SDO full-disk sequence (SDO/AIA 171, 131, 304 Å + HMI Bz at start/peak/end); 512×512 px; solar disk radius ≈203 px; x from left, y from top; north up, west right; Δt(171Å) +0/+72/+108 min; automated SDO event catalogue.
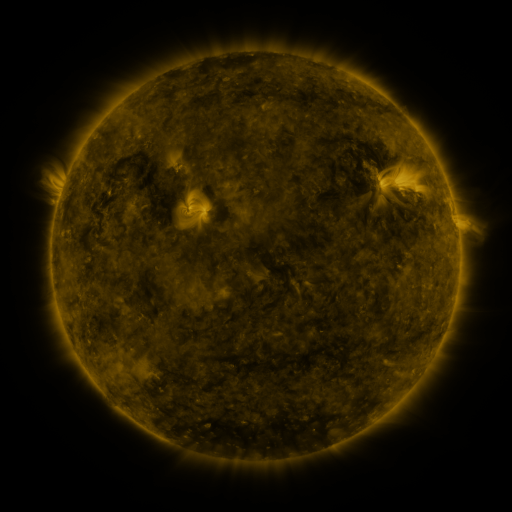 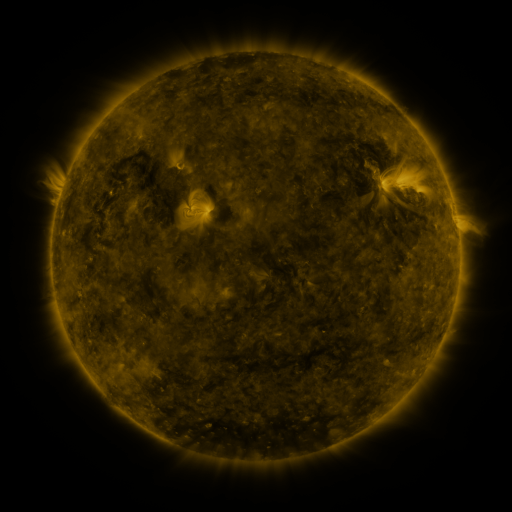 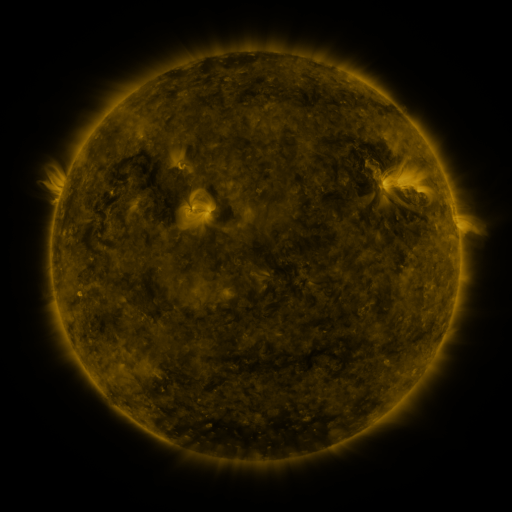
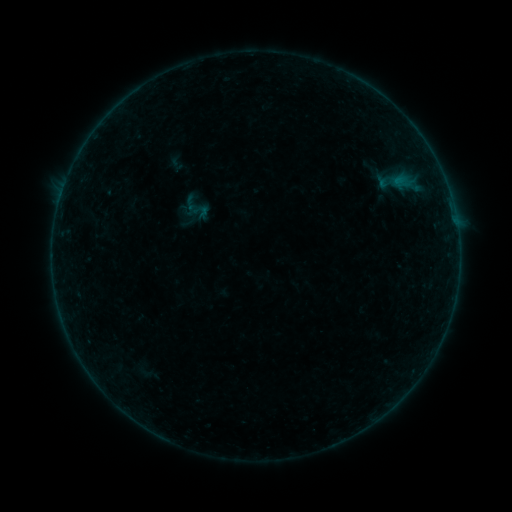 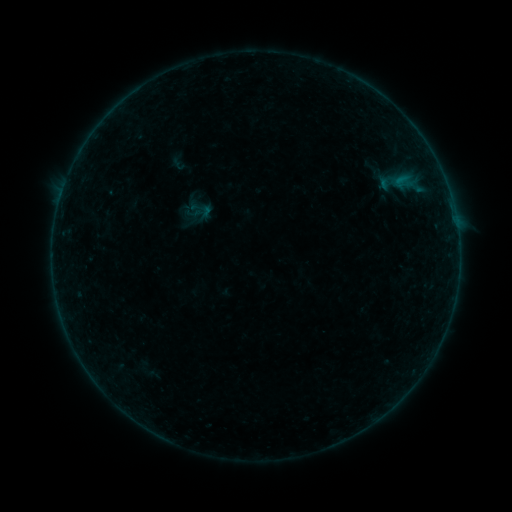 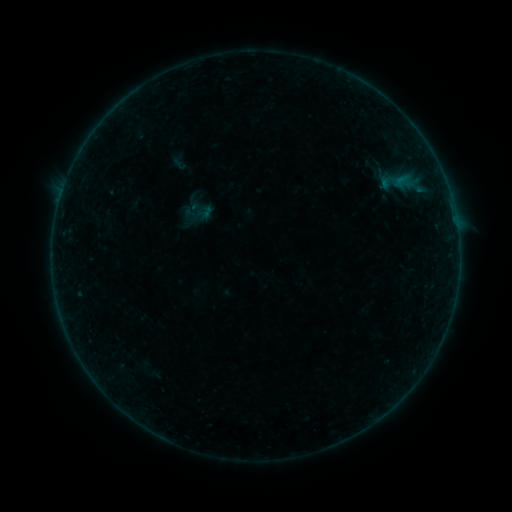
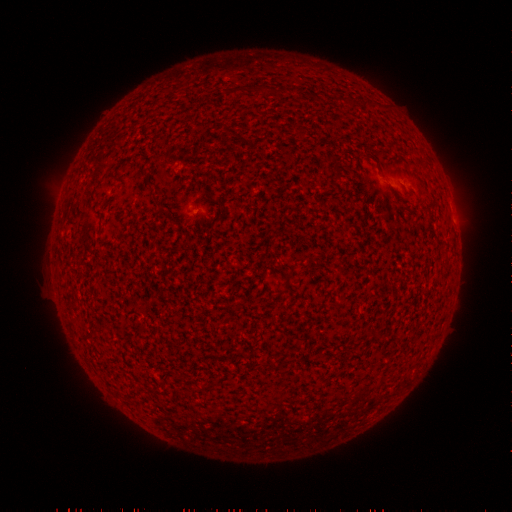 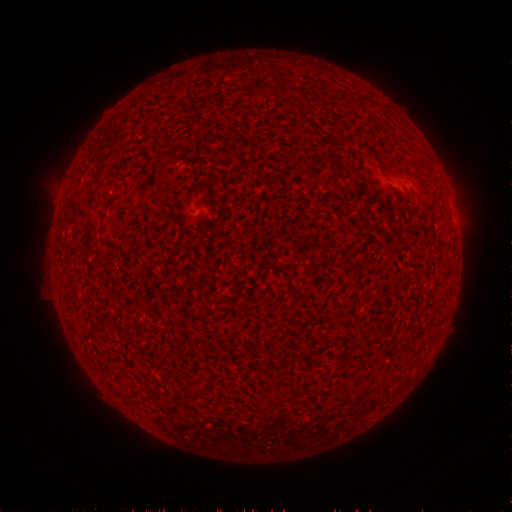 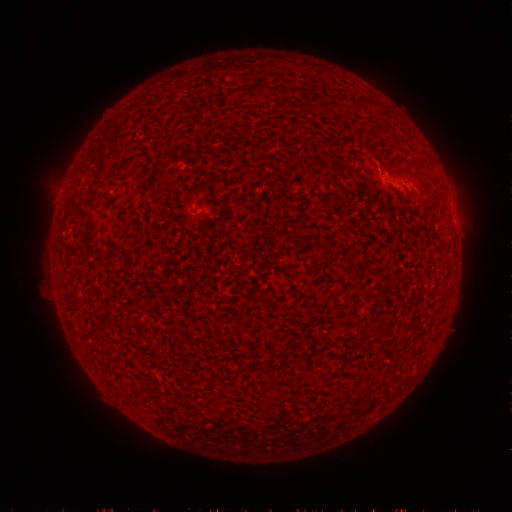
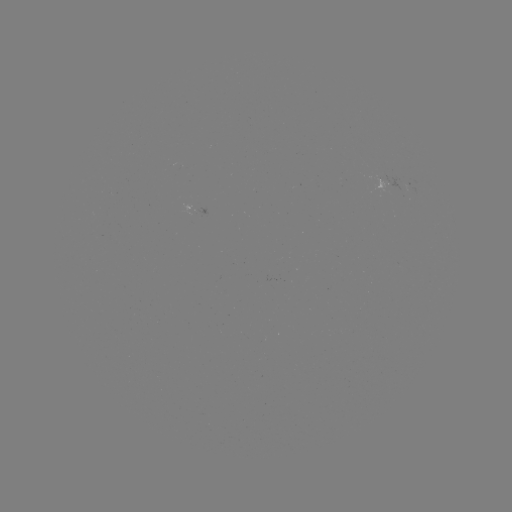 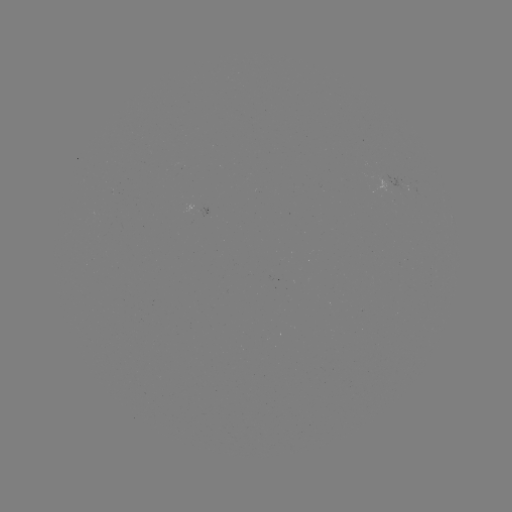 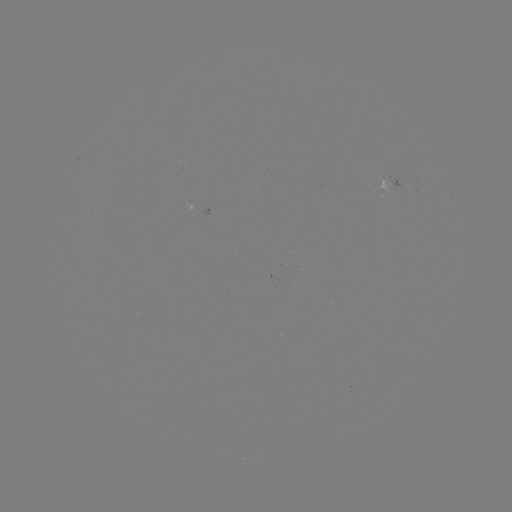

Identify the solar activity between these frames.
emerging-flux region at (412, 187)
